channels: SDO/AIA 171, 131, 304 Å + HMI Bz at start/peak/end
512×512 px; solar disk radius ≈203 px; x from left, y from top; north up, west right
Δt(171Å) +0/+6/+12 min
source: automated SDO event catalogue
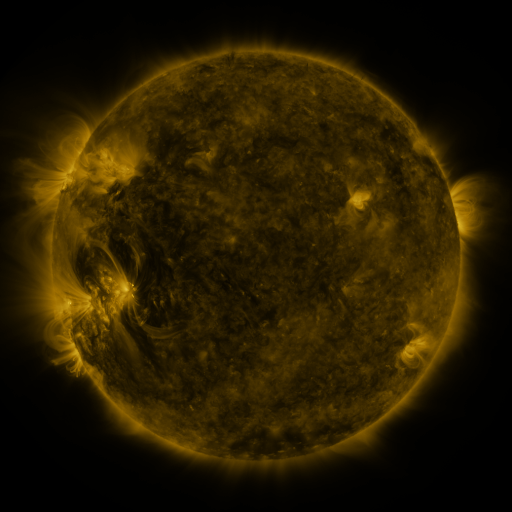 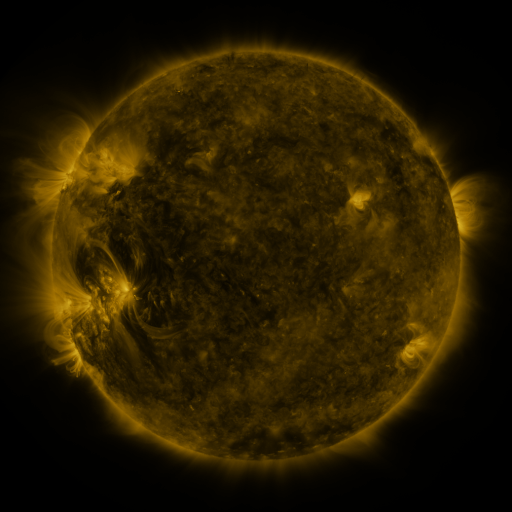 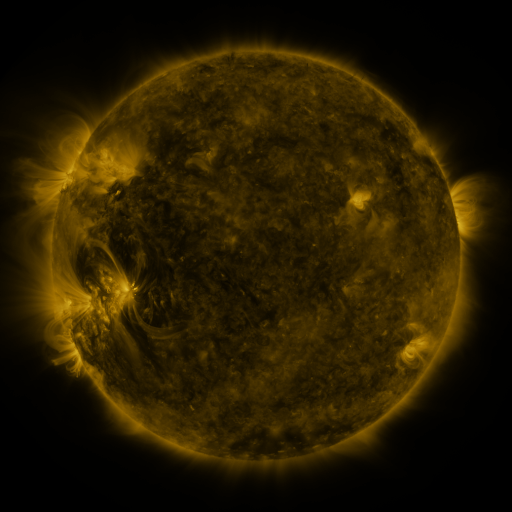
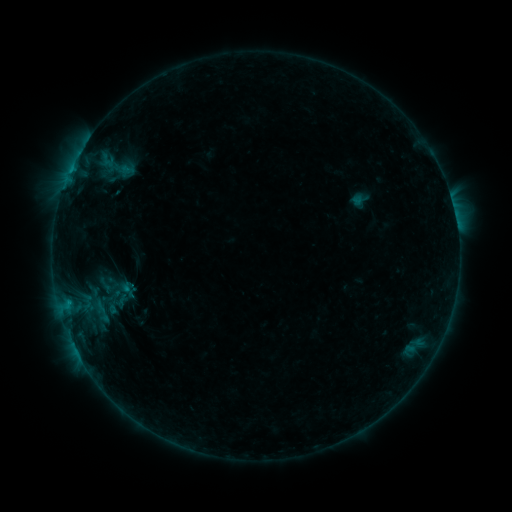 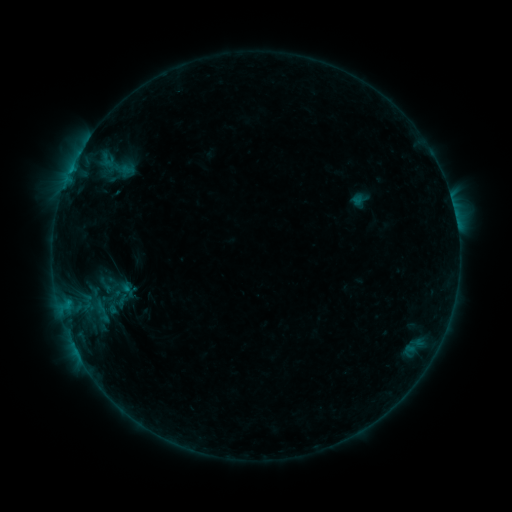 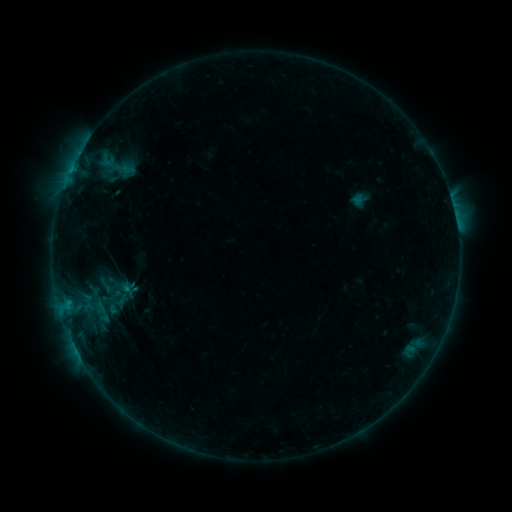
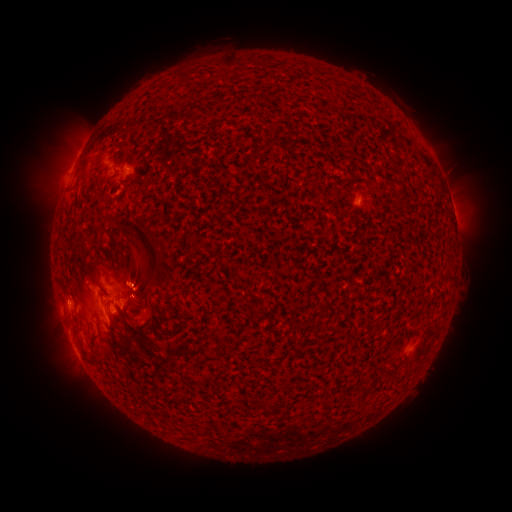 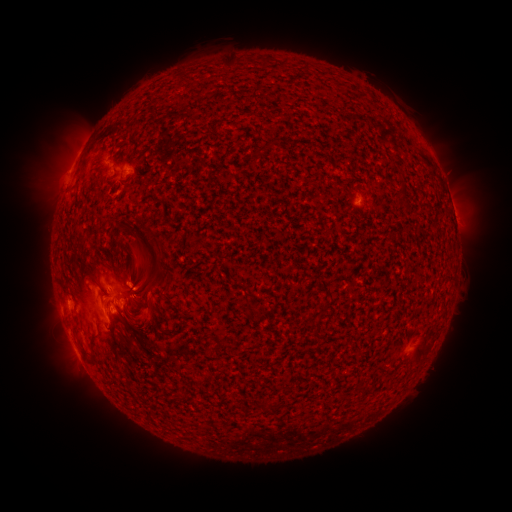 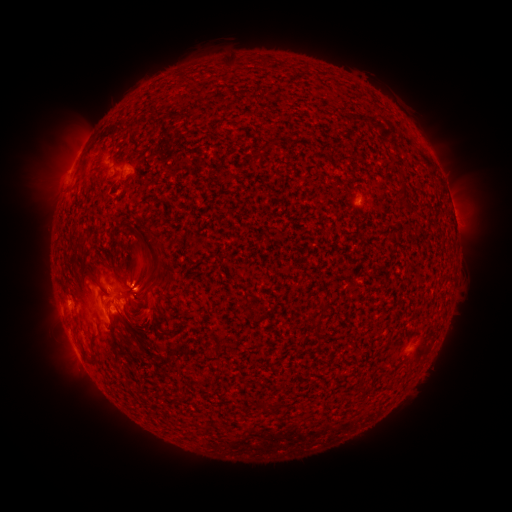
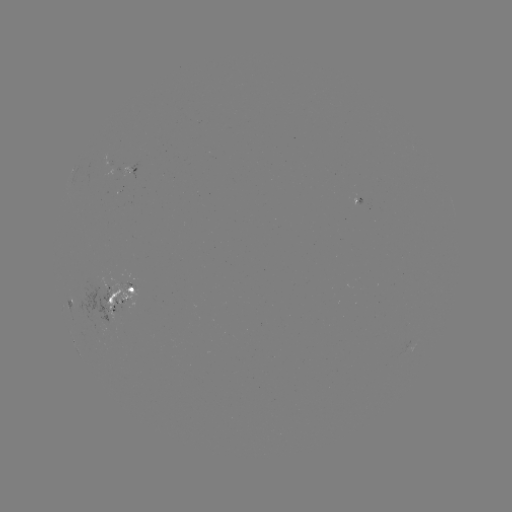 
no catalogued flare and no flagged EUV brightening in this window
